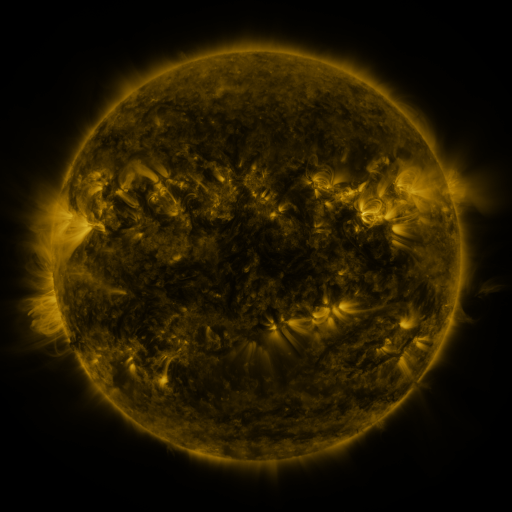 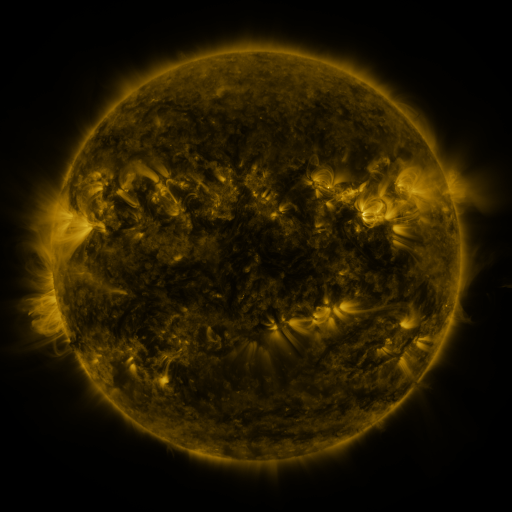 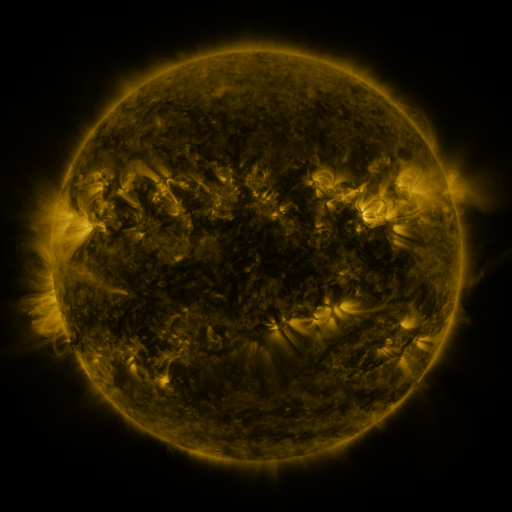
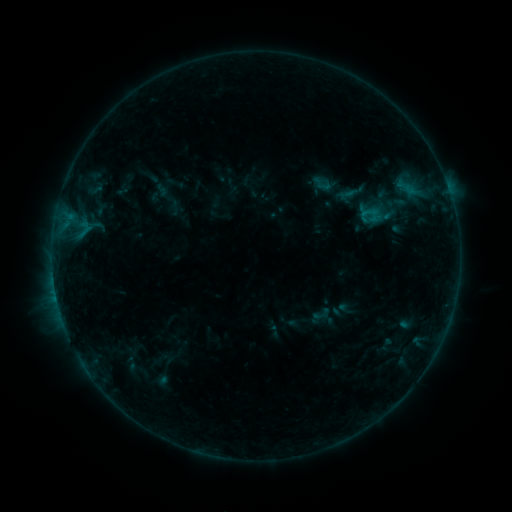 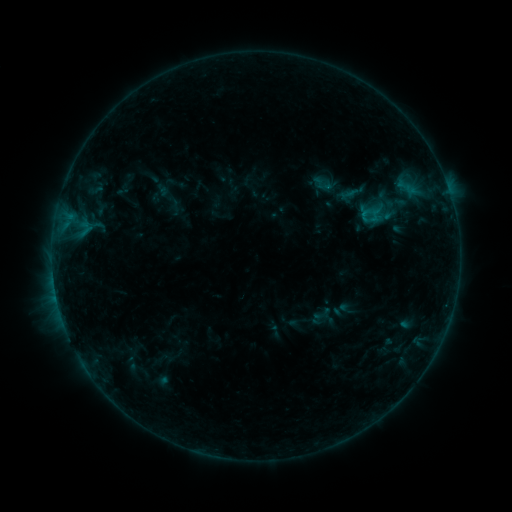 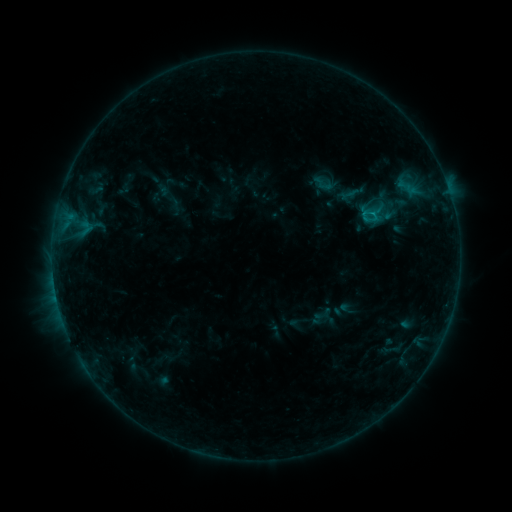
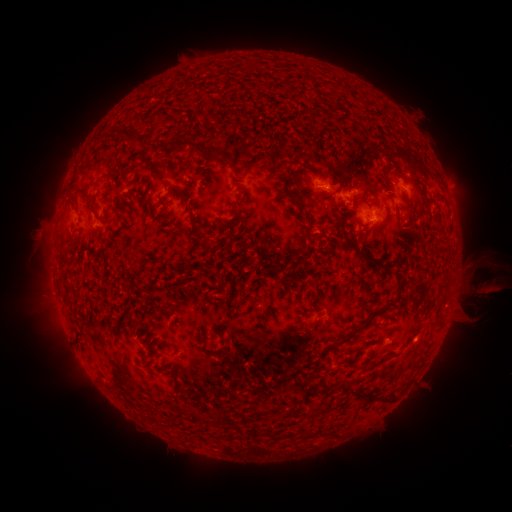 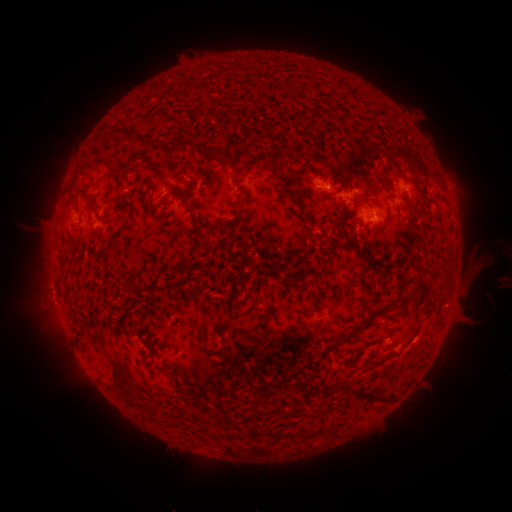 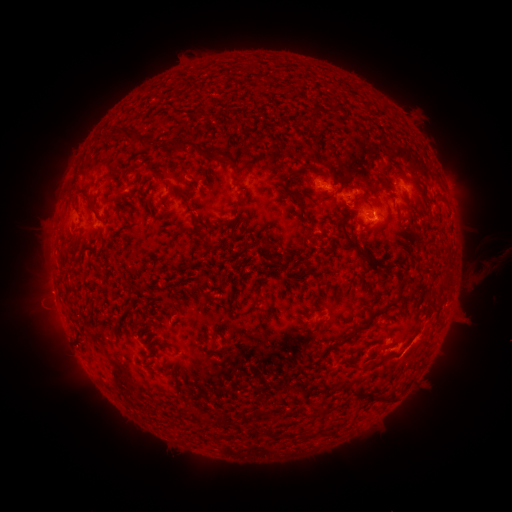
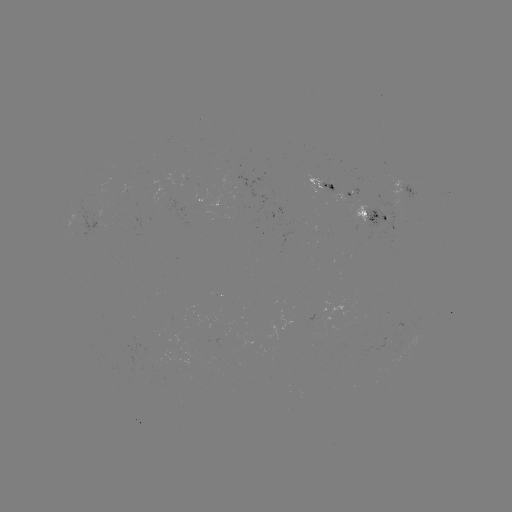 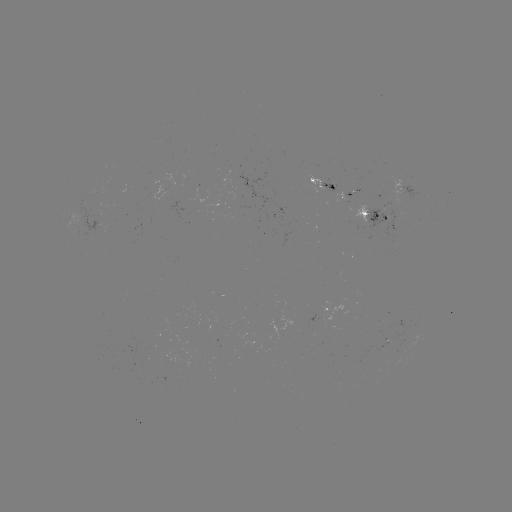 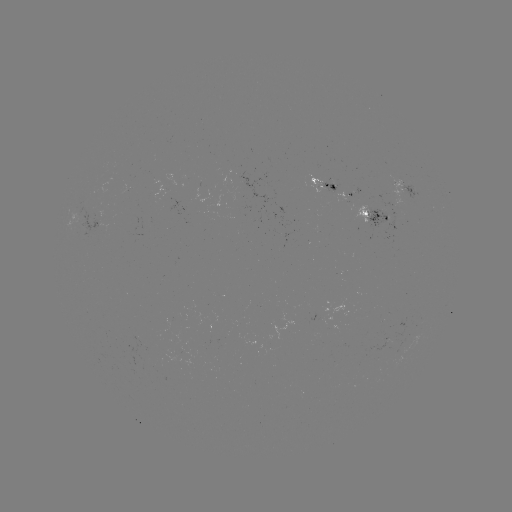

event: eruption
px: (484, 279)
